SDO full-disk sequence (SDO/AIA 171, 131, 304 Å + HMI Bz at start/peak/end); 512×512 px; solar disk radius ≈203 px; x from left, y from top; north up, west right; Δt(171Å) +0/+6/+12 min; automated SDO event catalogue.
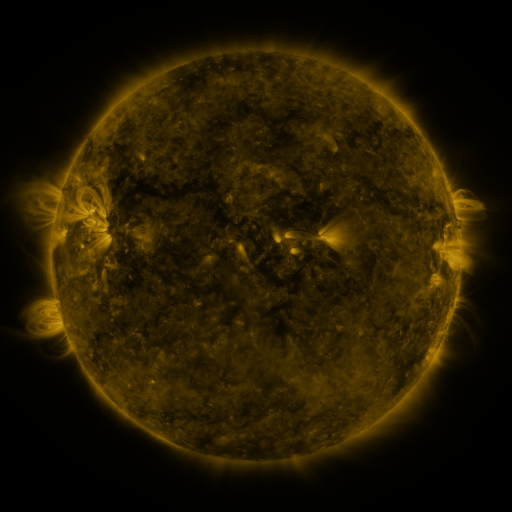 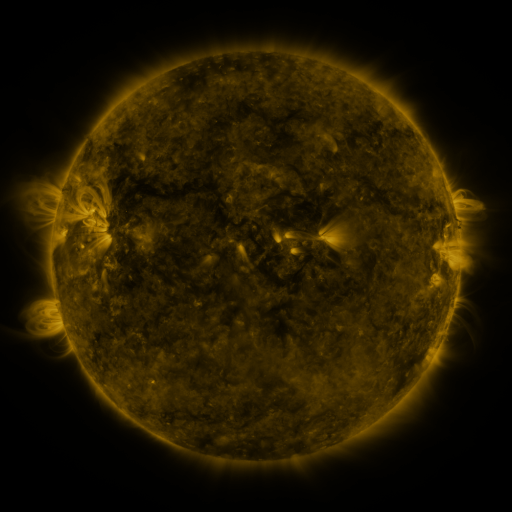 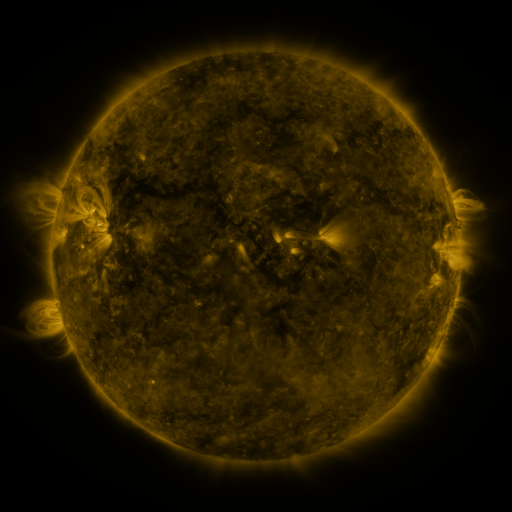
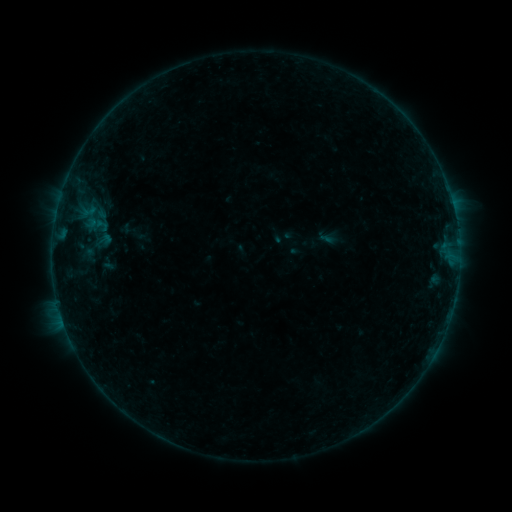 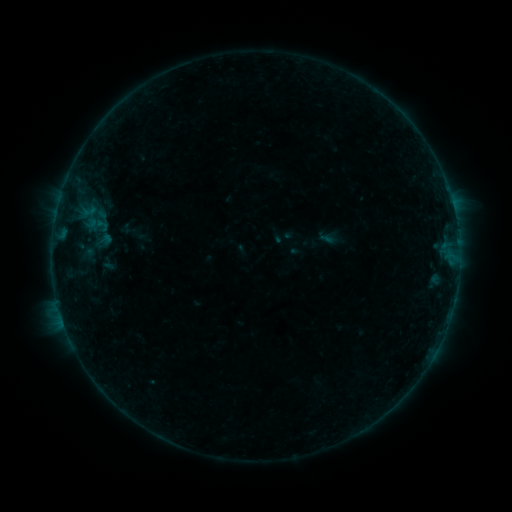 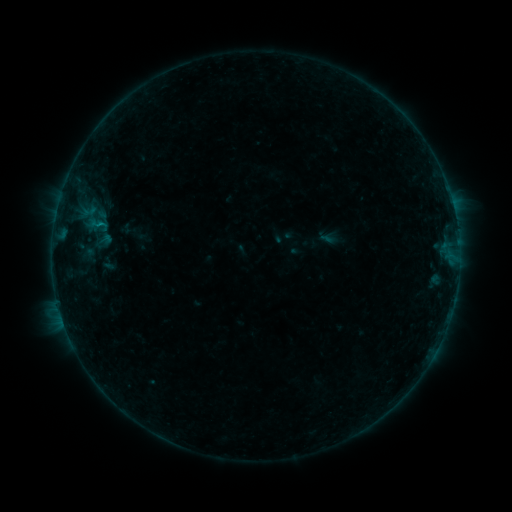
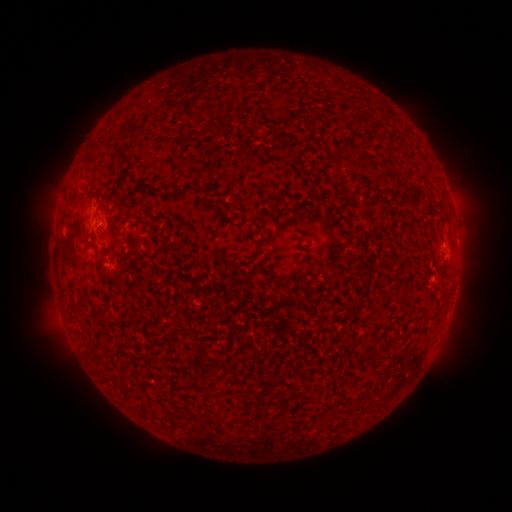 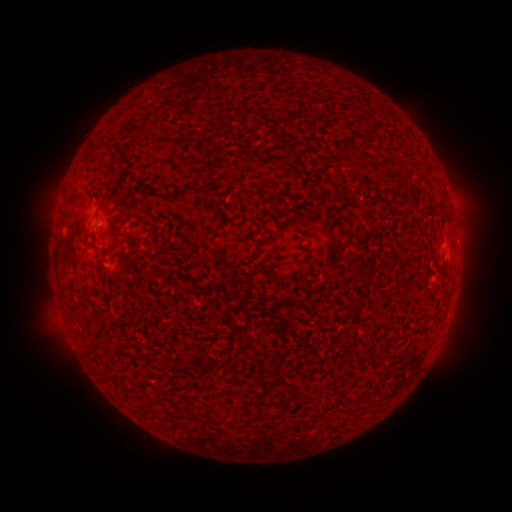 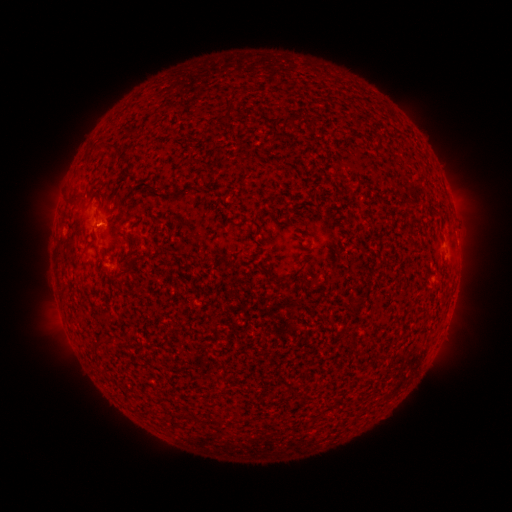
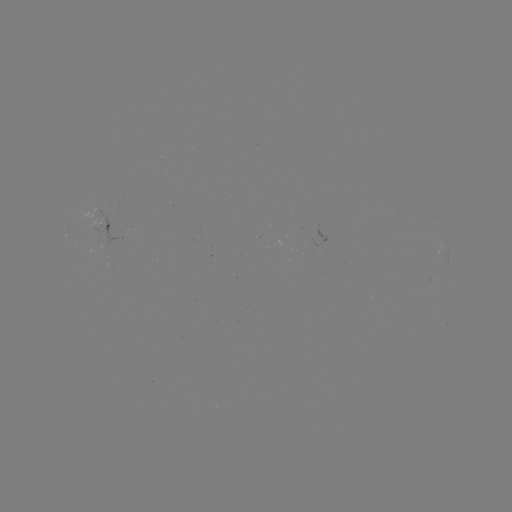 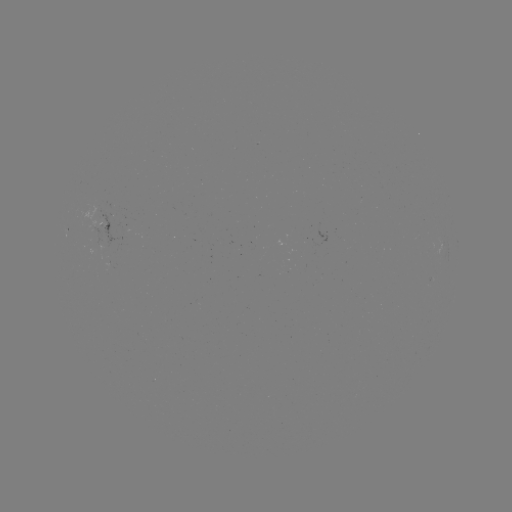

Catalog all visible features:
B2.1 flare: (99, 225)
